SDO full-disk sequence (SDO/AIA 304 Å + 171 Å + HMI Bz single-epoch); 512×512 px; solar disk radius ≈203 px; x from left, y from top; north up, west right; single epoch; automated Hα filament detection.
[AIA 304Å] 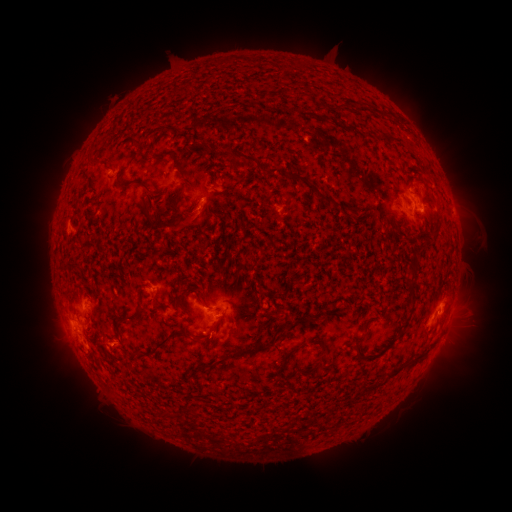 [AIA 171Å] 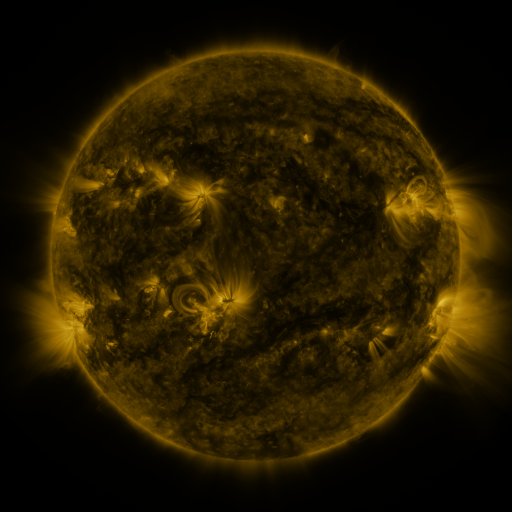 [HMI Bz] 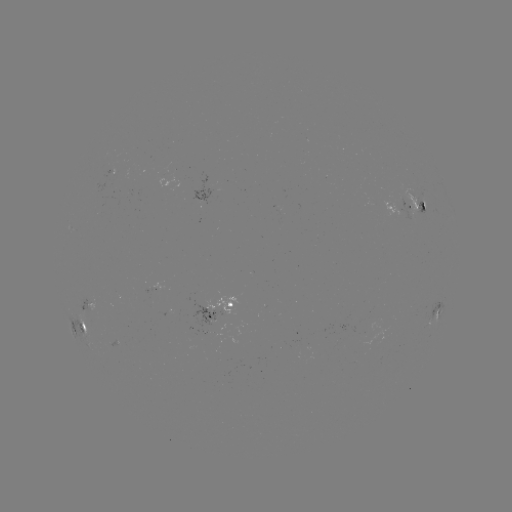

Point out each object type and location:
filament: (159, 154)
filament: (240, 155)
filament: (287, 174)
filament: (135, 180)
filament: (327, 199)
filament: (176, 200)
filament: (148, 214)
filament: (158, 226)
filament: (412, 279)
filament: (133, 314)
filament: (220, 319)
filament: (406, 322)
filament: (190, 337)
filament: (165, 340)
filament: (358, 340)
filament: (294, 350)
filament: (248, 352)
filament: (218, 362)
